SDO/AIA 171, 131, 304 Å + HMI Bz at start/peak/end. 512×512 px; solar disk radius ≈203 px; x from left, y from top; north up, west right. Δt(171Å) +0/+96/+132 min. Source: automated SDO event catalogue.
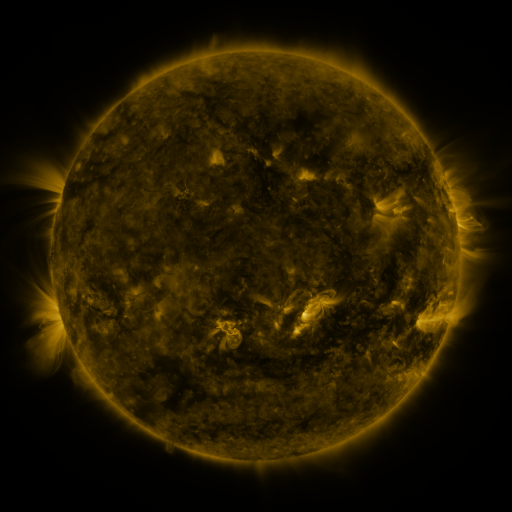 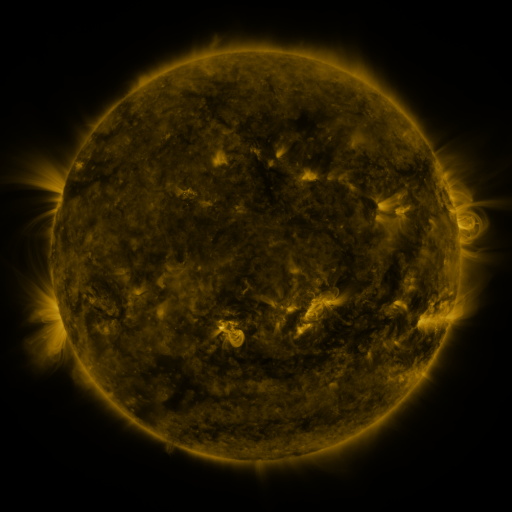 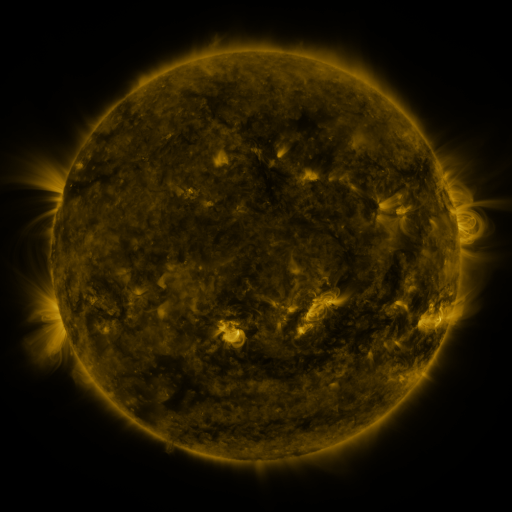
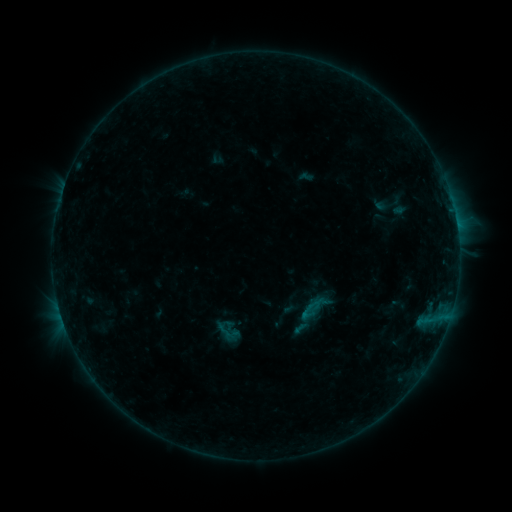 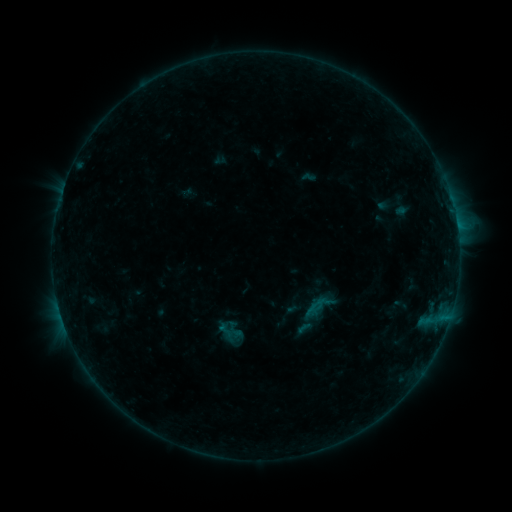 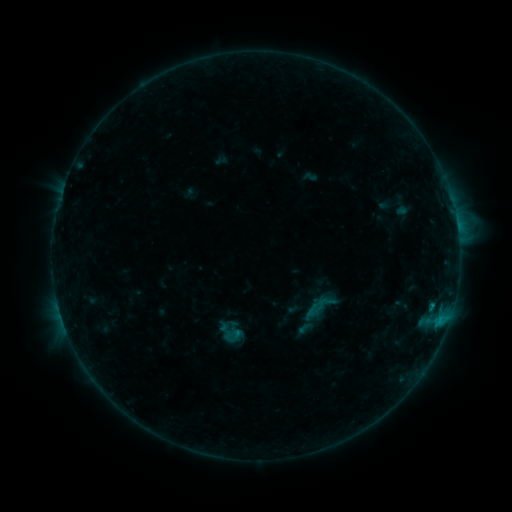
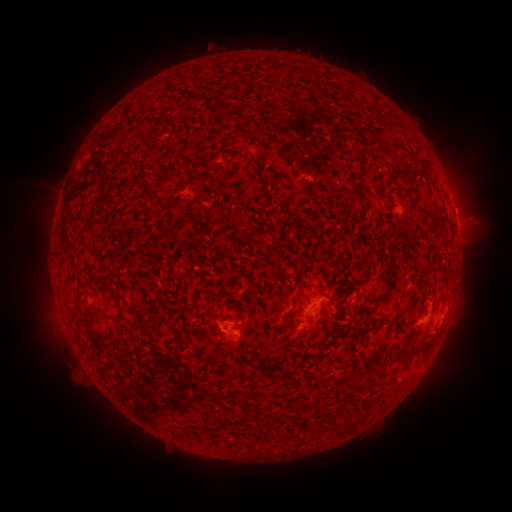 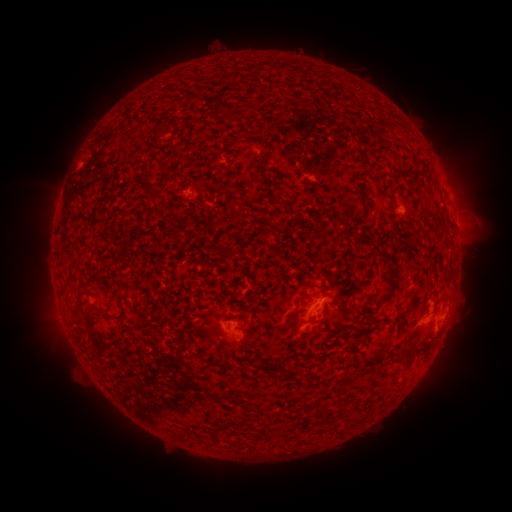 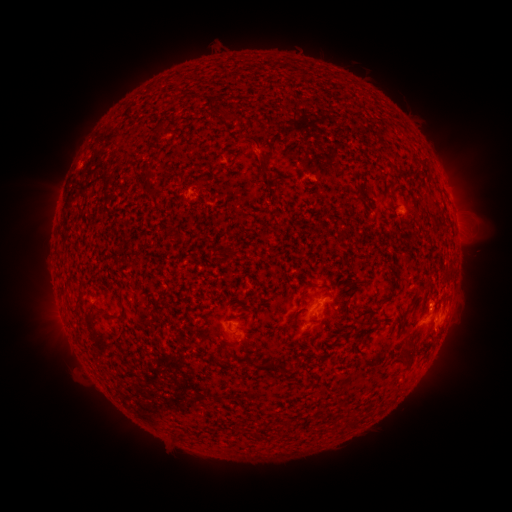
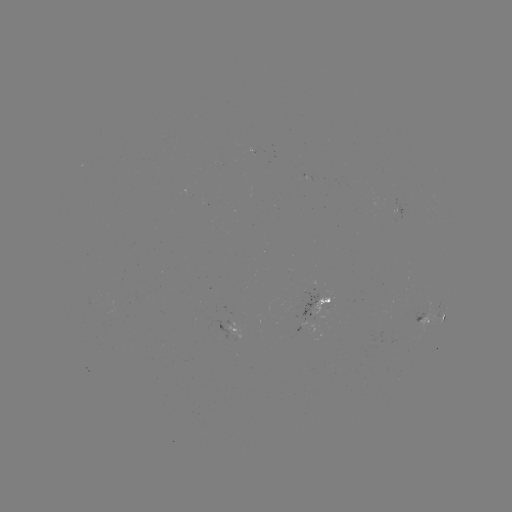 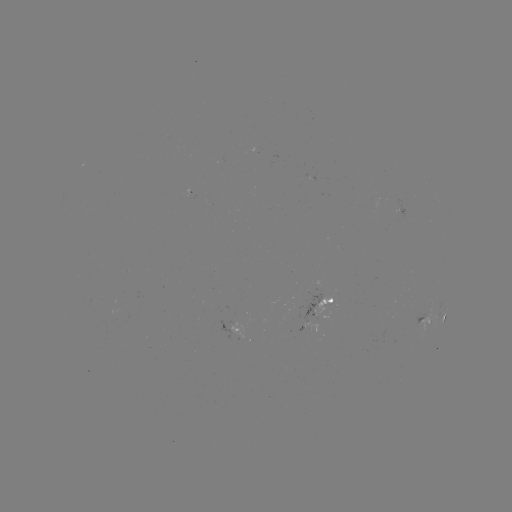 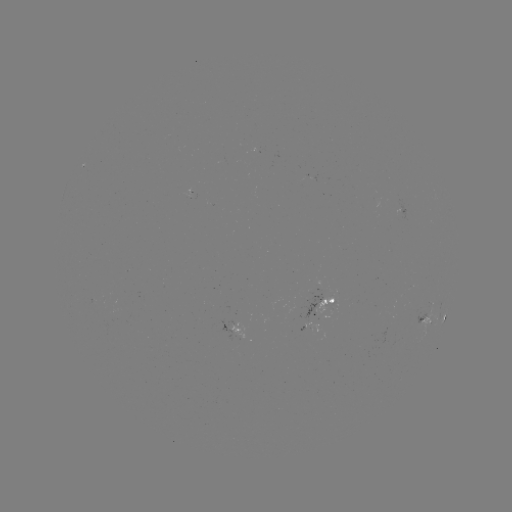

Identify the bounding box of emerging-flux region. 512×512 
[314, 296, 333, 316].